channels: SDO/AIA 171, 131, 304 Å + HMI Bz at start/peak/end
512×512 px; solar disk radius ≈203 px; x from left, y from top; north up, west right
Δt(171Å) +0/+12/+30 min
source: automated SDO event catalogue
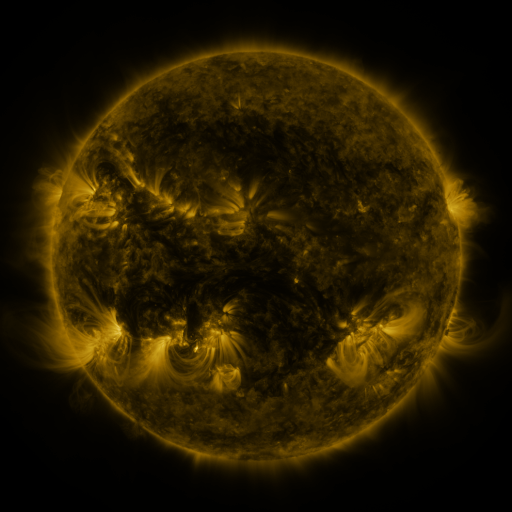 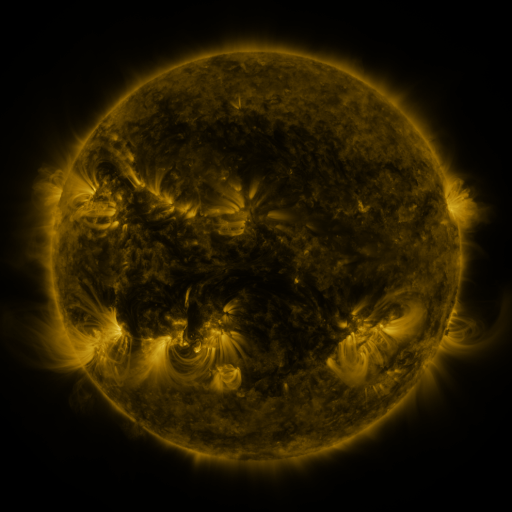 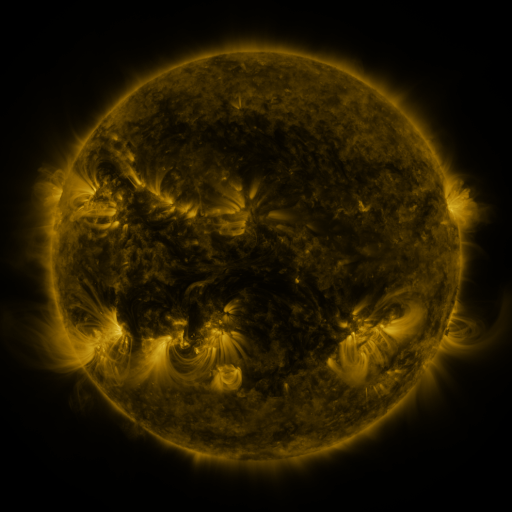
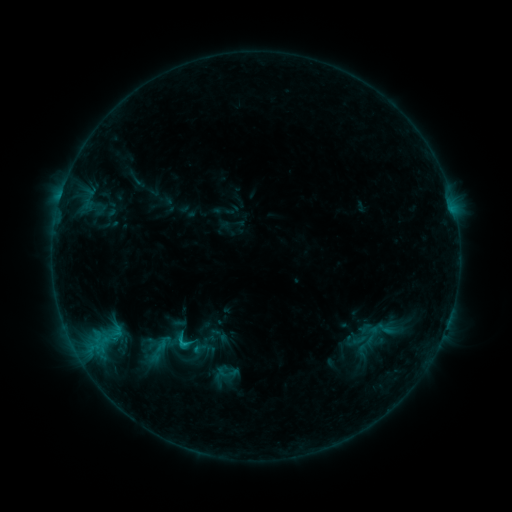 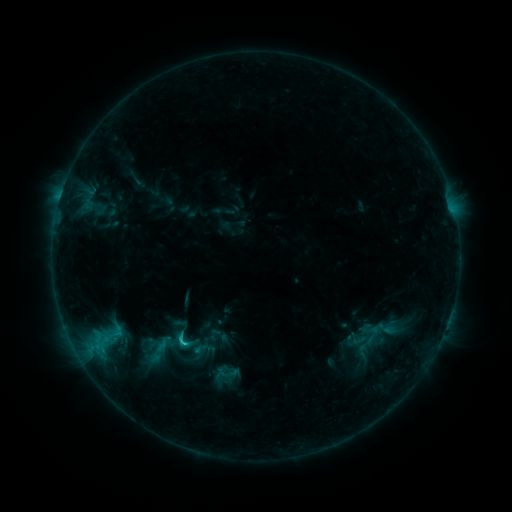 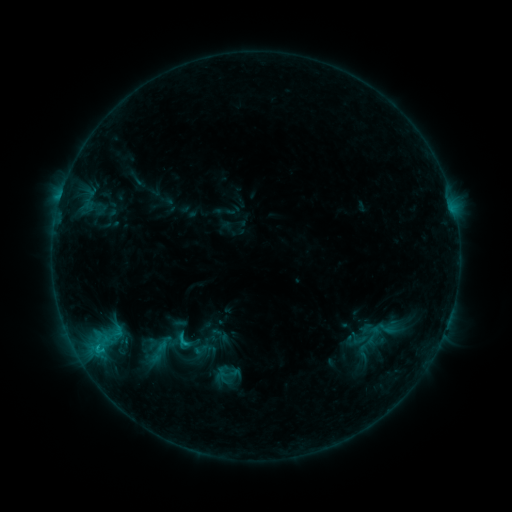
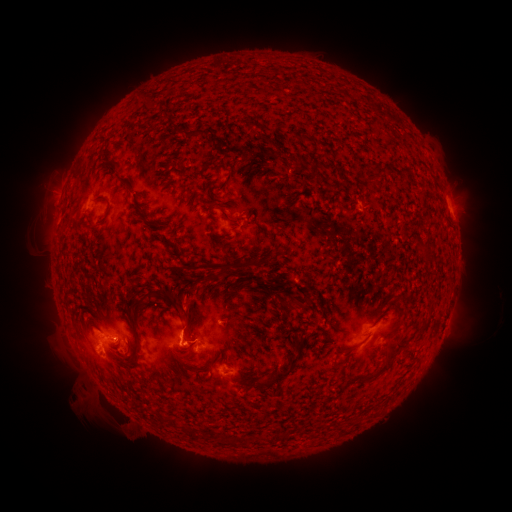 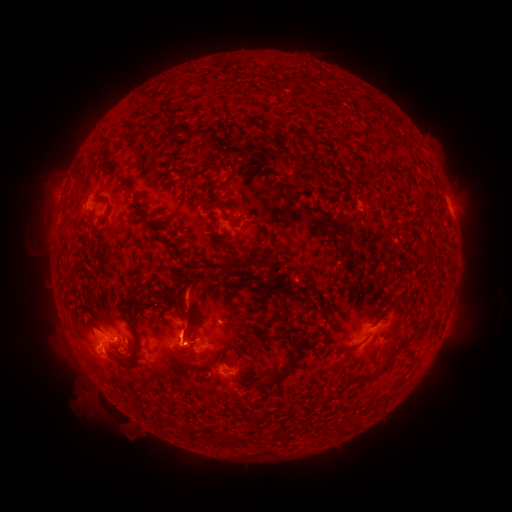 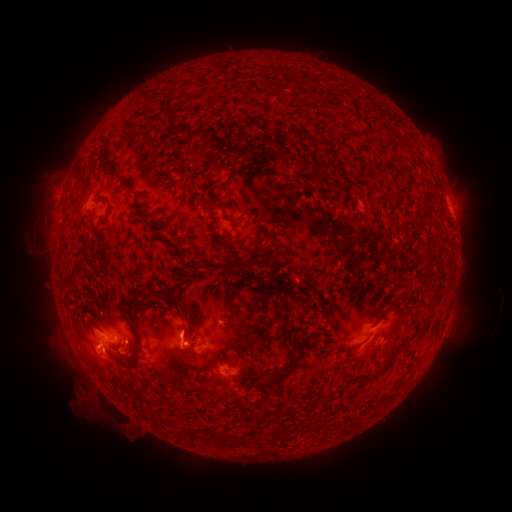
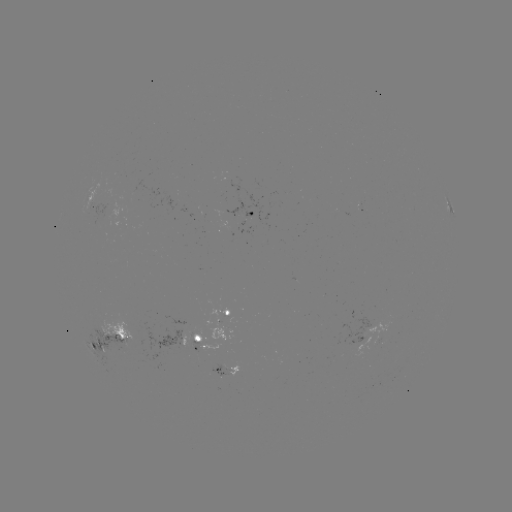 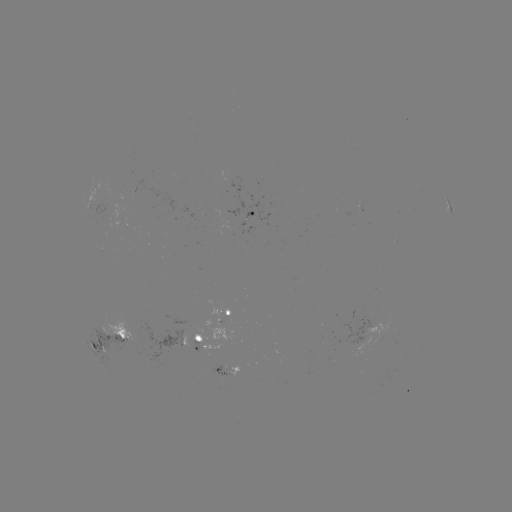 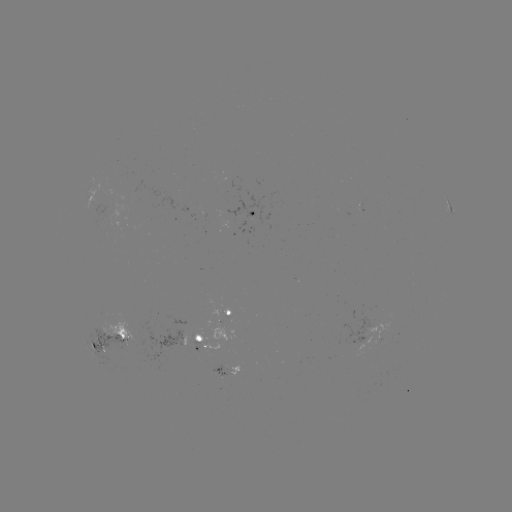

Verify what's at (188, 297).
eruption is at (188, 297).